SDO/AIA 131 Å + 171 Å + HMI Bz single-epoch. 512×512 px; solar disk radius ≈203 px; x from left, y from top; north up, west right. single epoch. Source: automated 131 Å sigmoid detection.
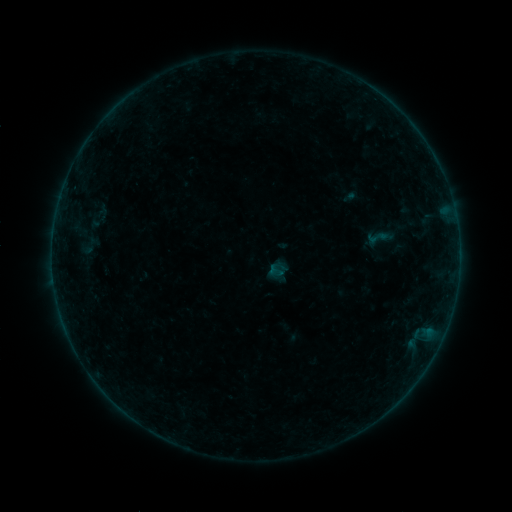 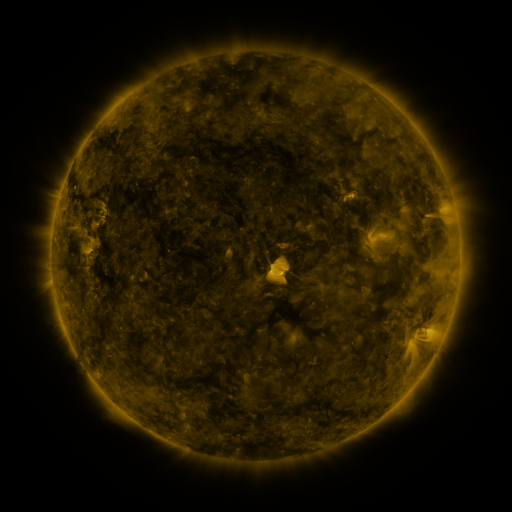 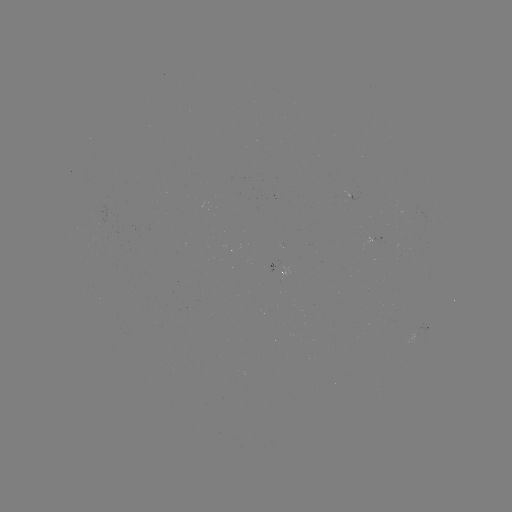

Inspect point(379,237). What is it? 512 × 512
sigmoid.